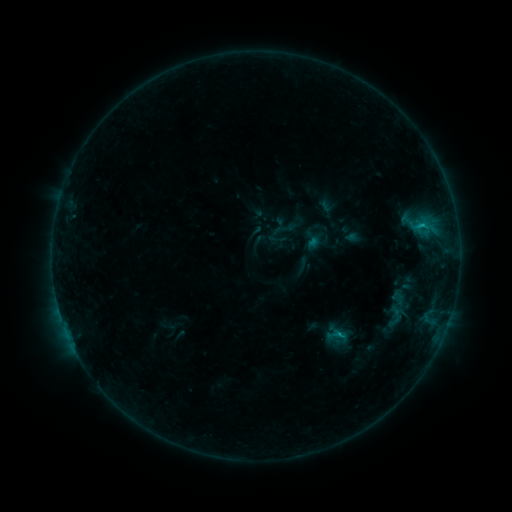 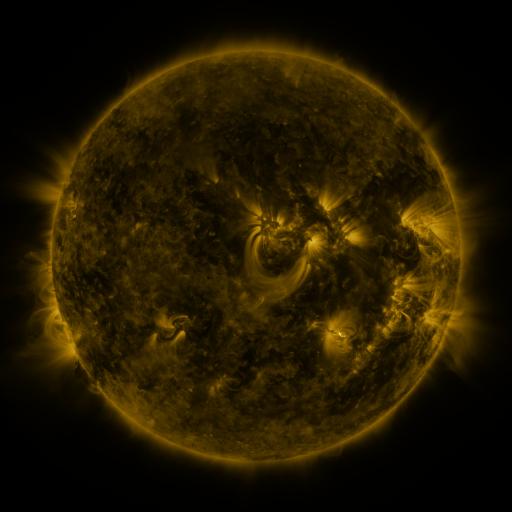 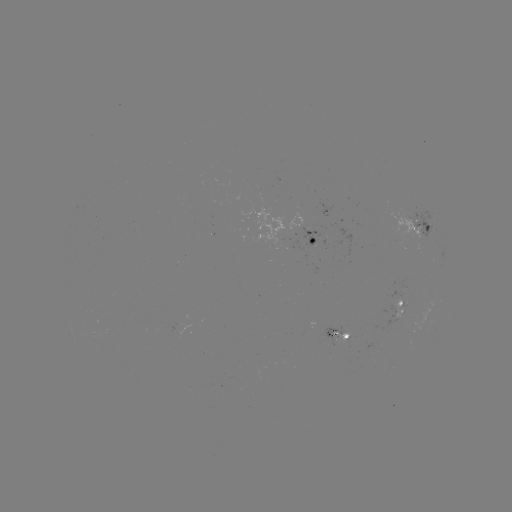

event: sigmoid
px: (284, 229)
